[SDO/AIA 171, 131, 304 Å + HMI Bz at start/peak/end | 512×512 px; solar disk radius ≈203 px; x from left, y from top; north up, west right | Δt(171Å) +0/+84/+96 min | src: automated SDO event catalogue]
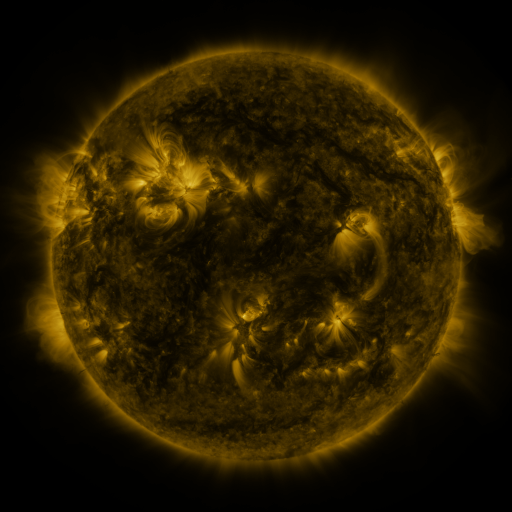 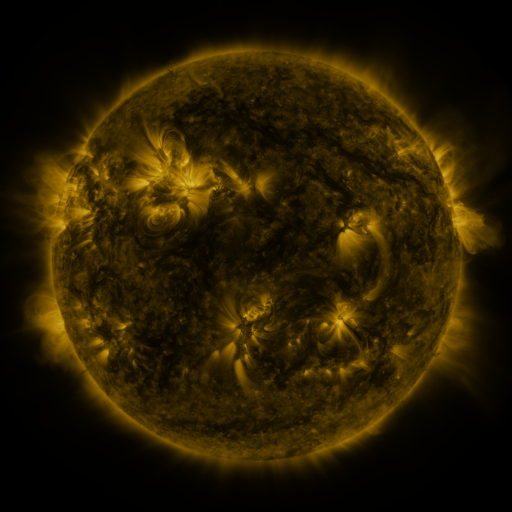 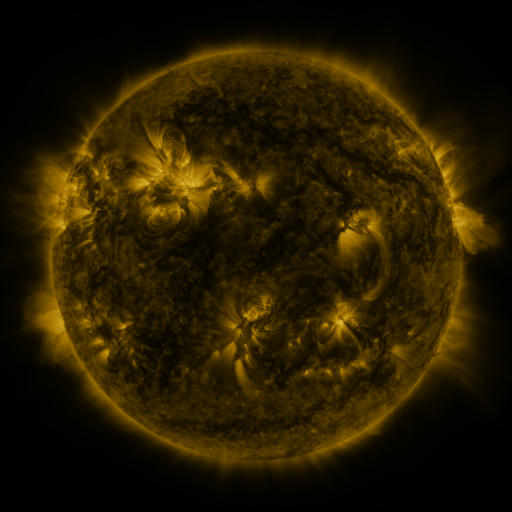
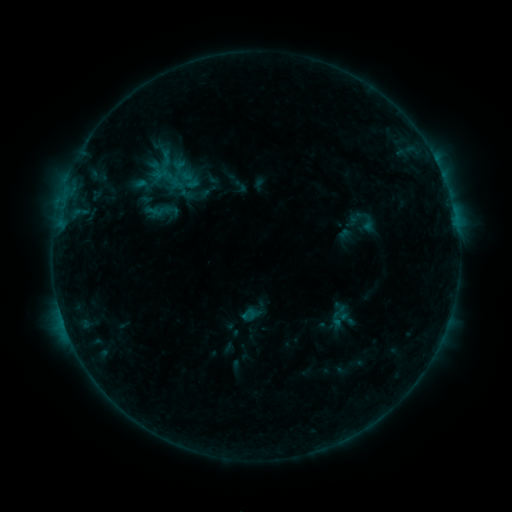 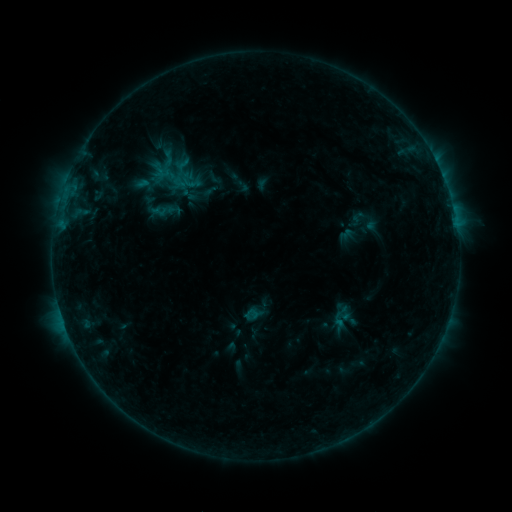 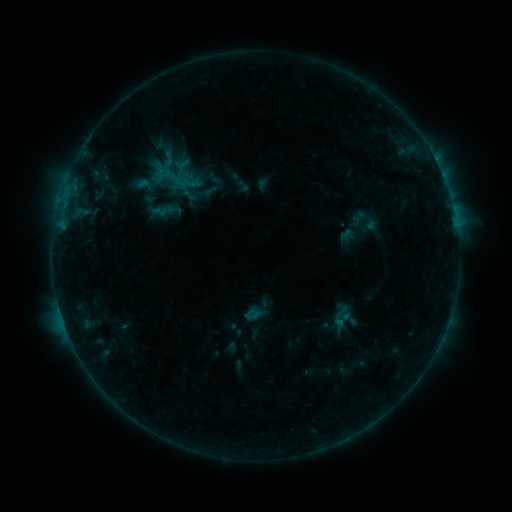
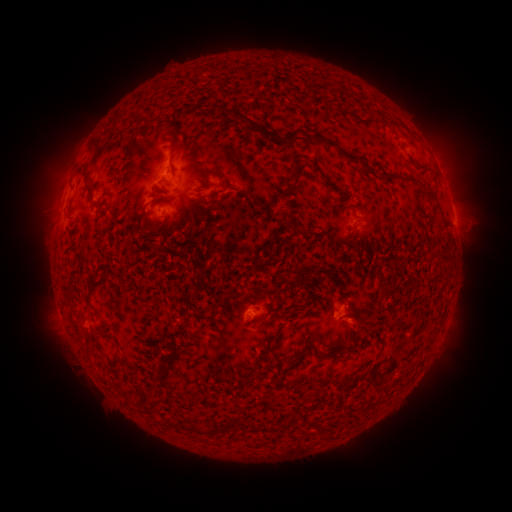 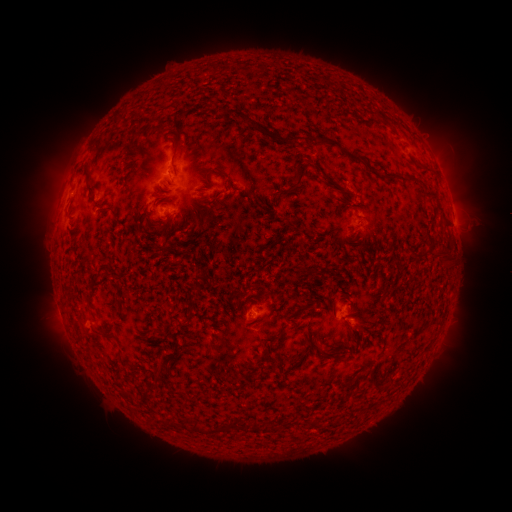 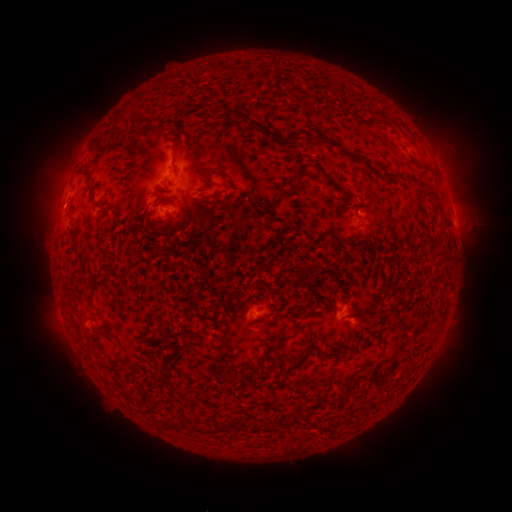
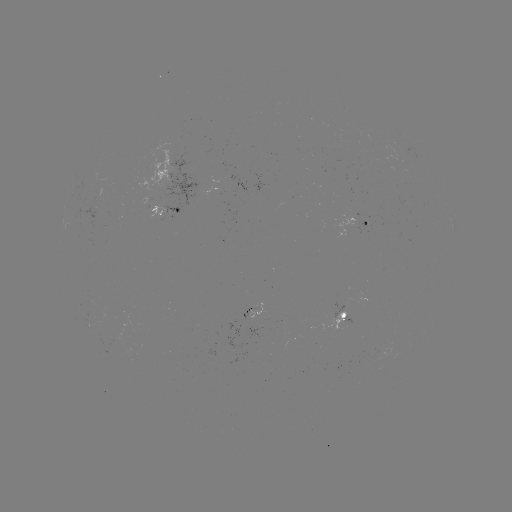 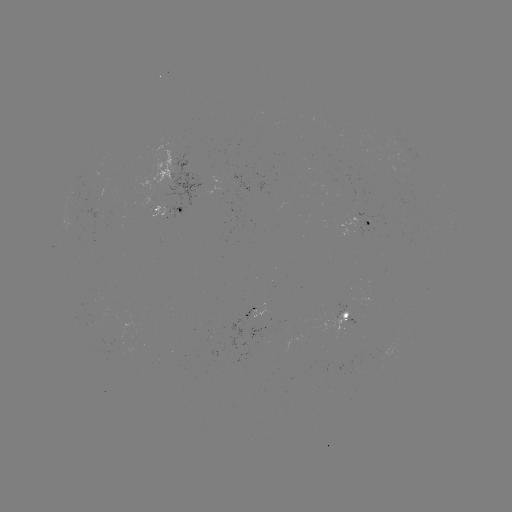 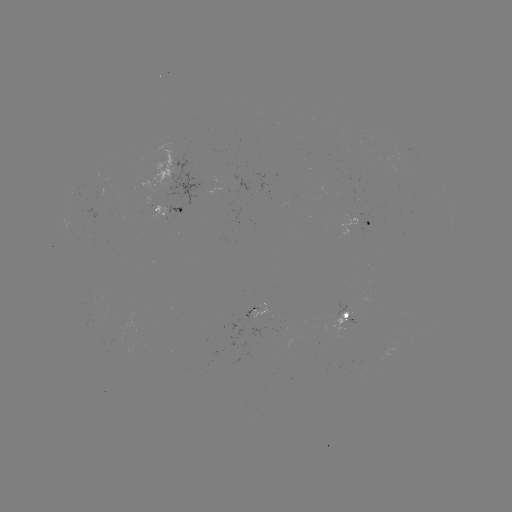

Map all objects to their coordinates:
emerging-flux region: (254, 309)
